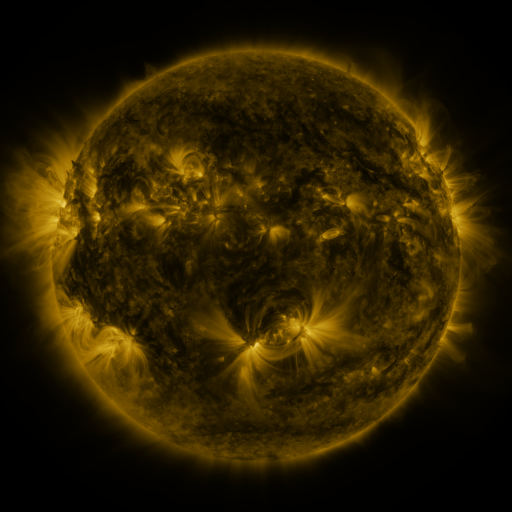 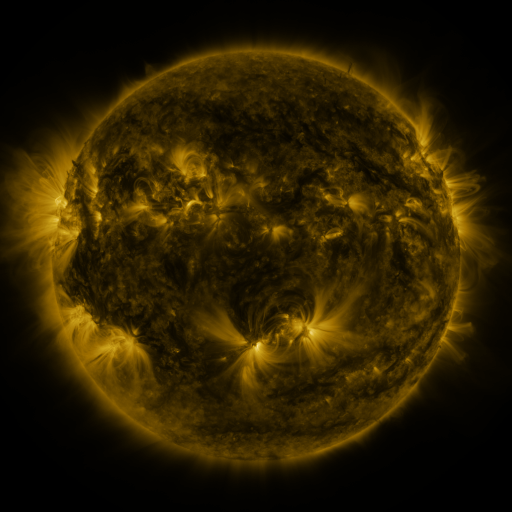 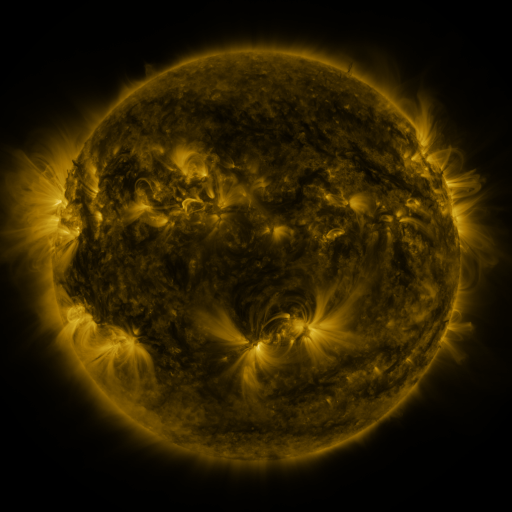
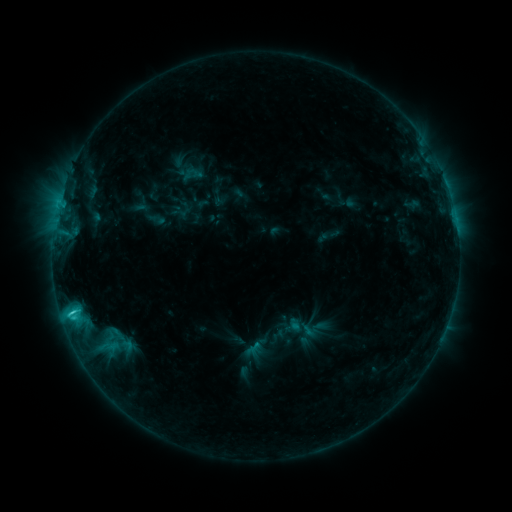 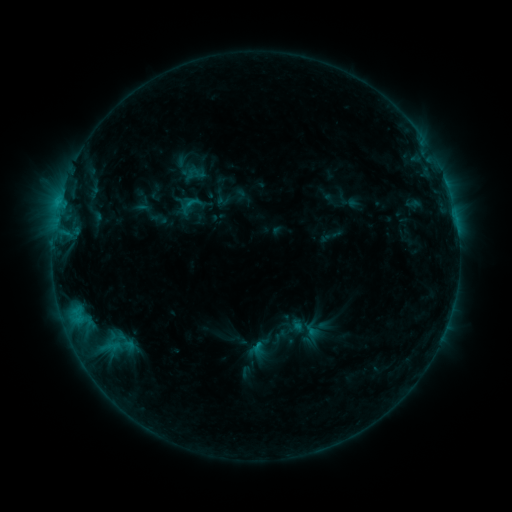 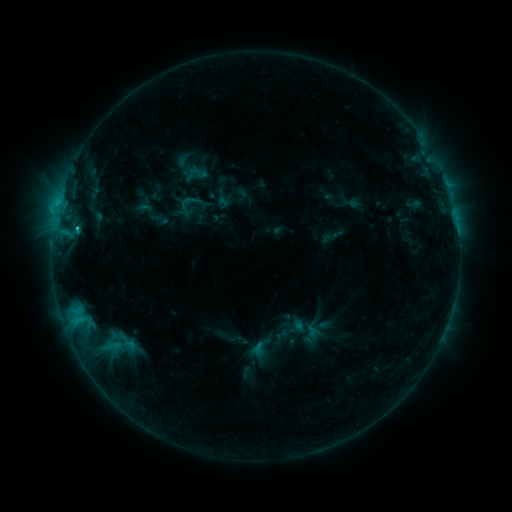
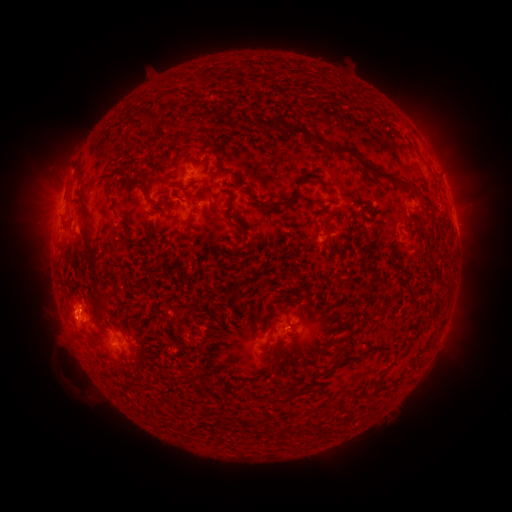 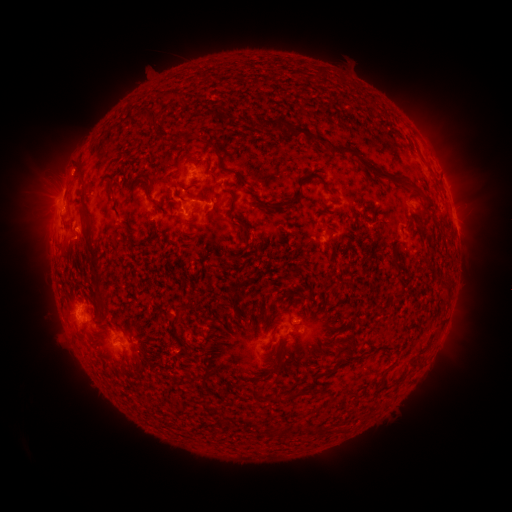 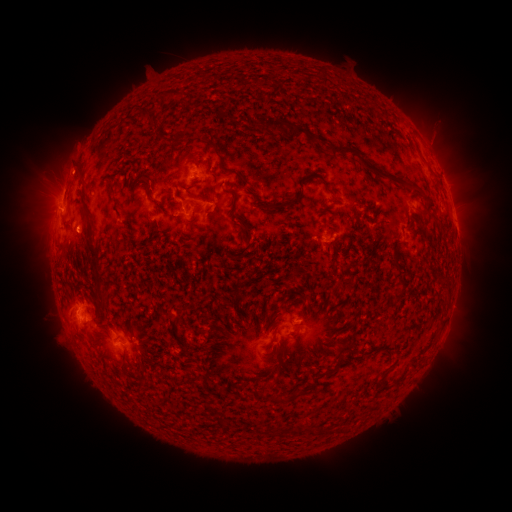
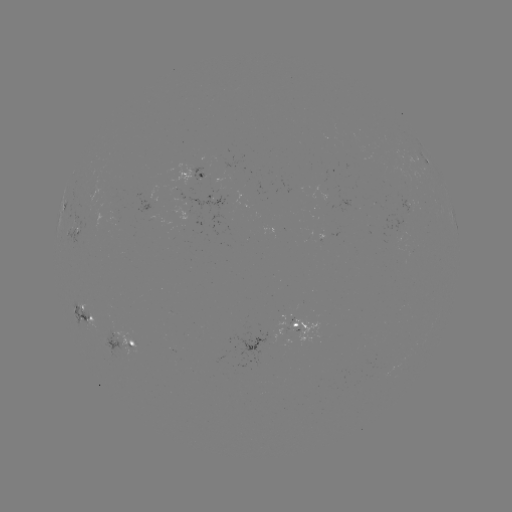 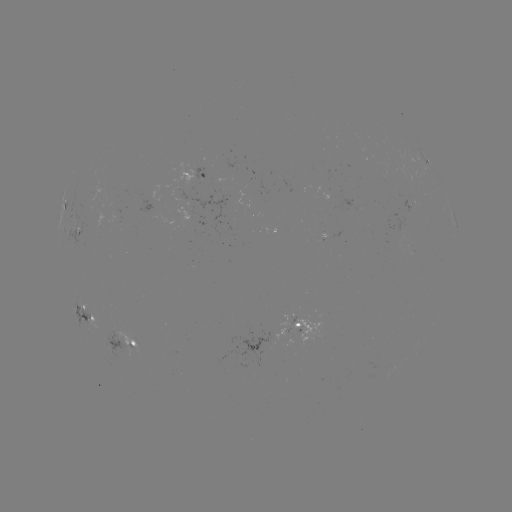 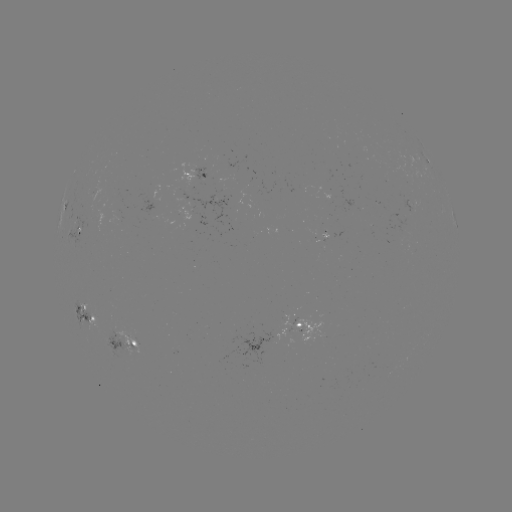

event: emerging-flux region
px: (184, 193)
